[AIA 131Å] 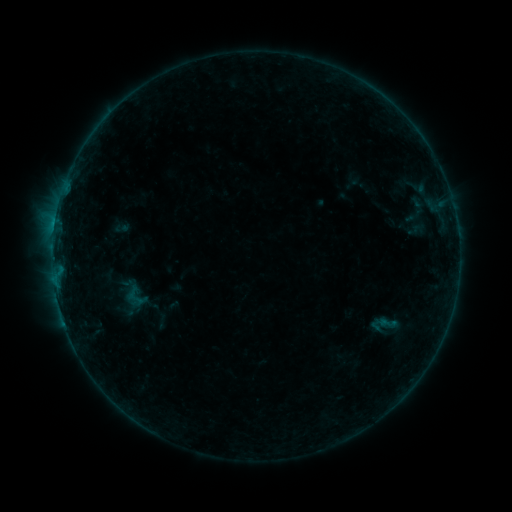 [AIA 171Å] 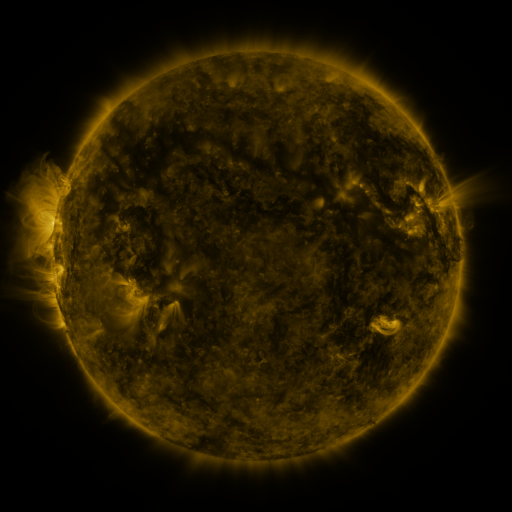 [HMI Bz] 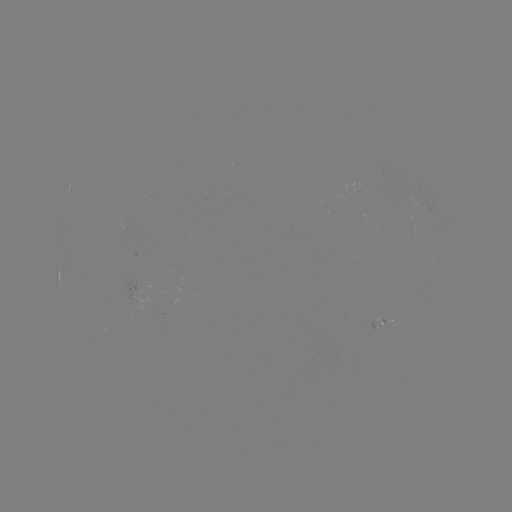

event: sigmoid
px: (135, 297)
